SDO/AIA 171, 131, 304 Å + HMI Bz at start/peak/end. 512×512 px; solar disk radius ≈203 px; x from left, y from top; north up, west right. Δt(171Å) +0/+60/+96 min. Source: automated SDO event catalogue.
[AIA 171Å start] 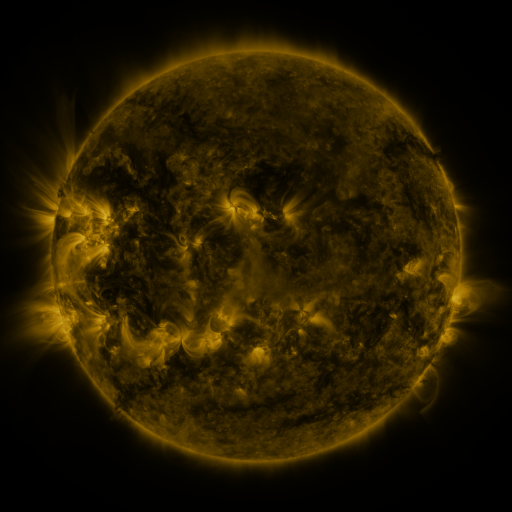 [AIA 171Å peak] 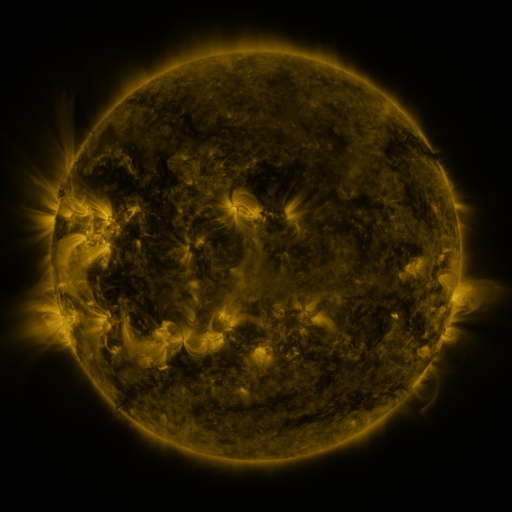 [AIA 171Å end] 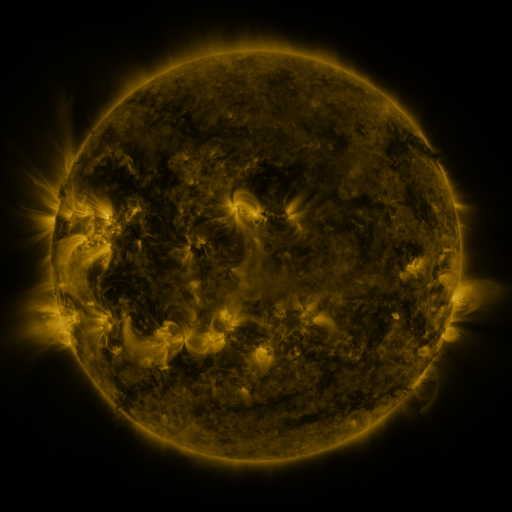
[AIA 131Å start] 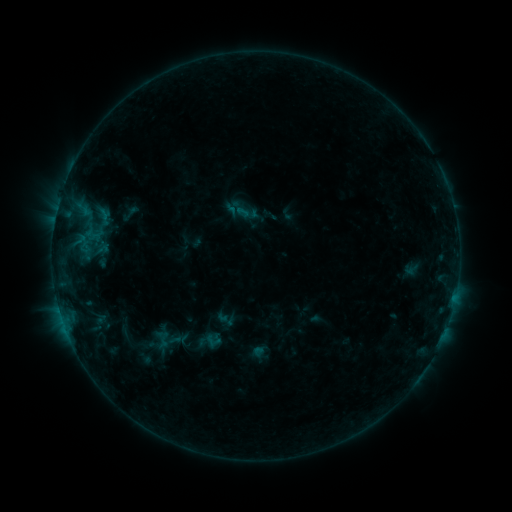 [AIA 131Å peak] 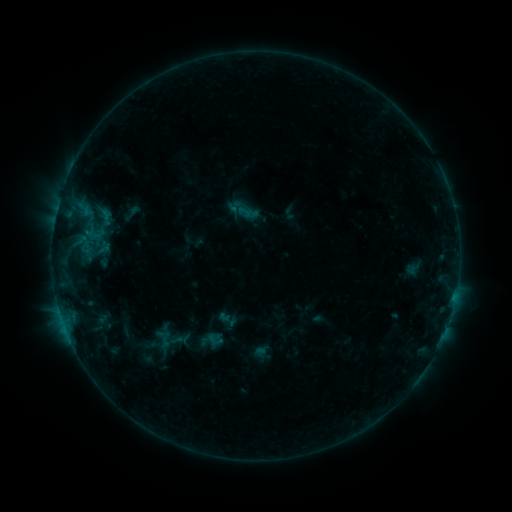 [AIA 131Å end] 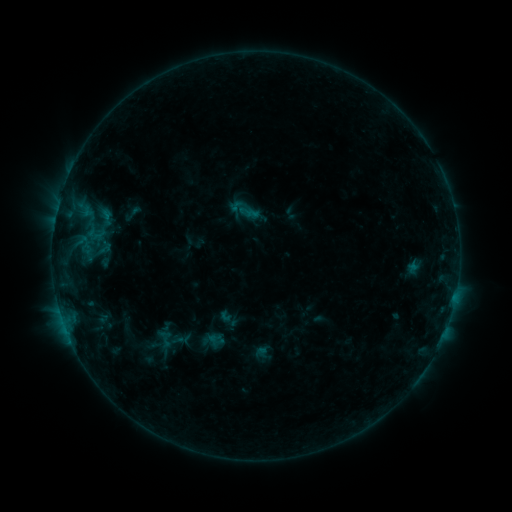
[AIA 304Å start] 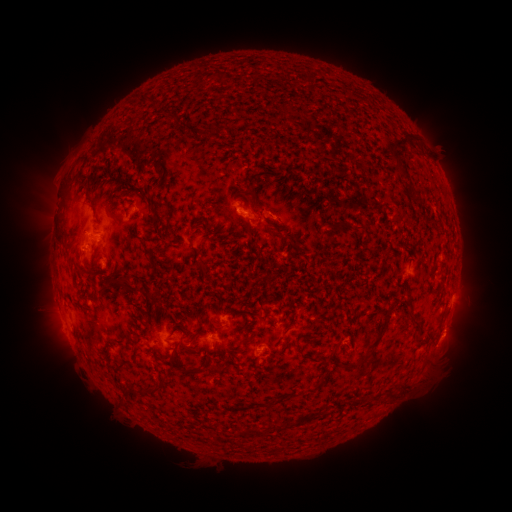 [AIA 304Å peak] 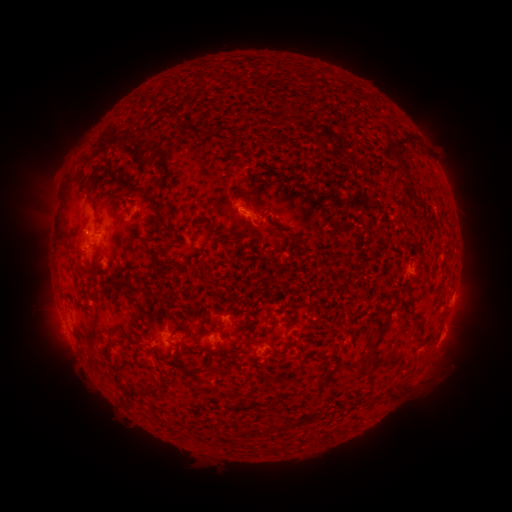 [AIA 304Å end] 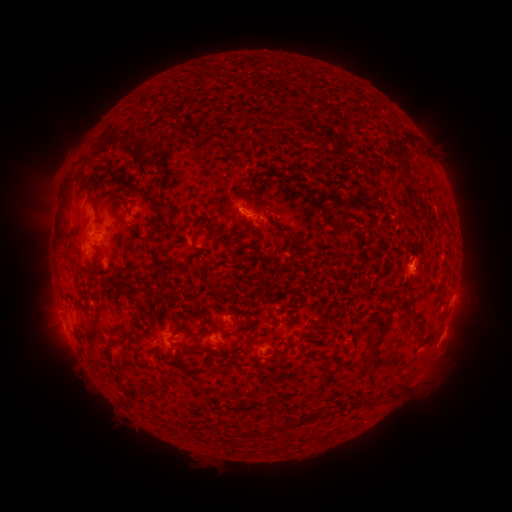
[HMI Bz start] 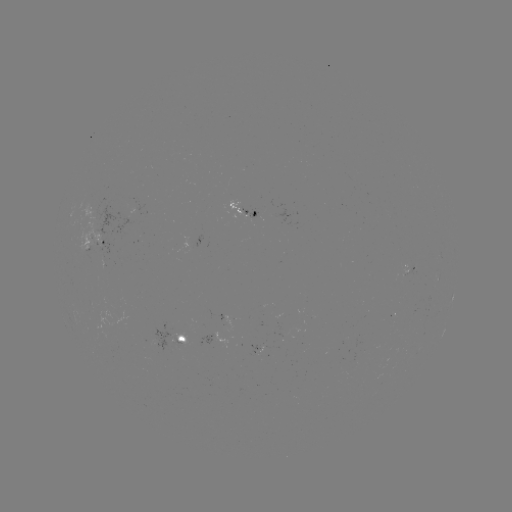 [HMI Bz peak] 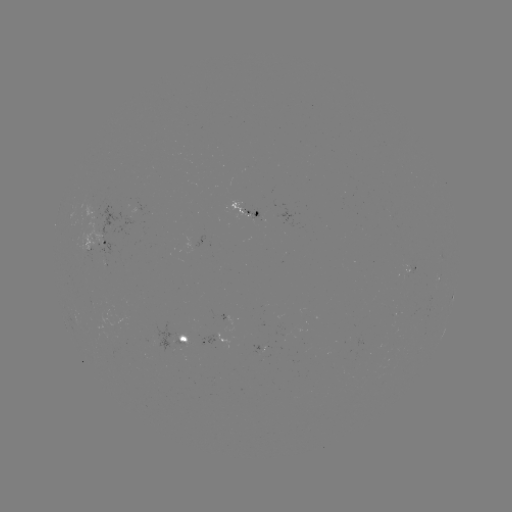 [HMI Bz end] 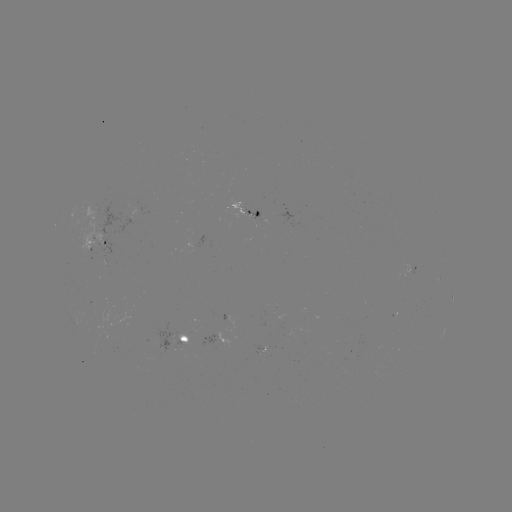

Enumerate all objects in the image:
emerging-flux region: (407, 270)
